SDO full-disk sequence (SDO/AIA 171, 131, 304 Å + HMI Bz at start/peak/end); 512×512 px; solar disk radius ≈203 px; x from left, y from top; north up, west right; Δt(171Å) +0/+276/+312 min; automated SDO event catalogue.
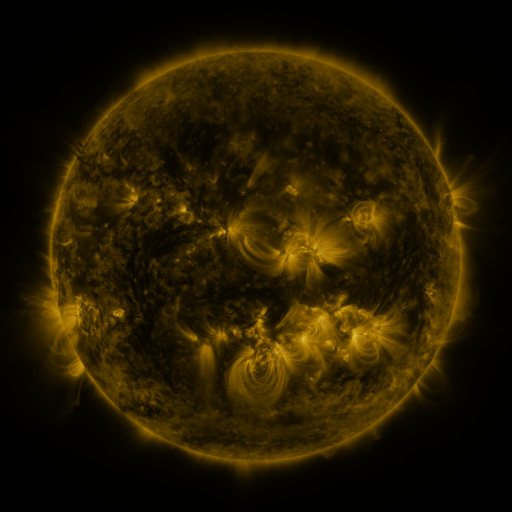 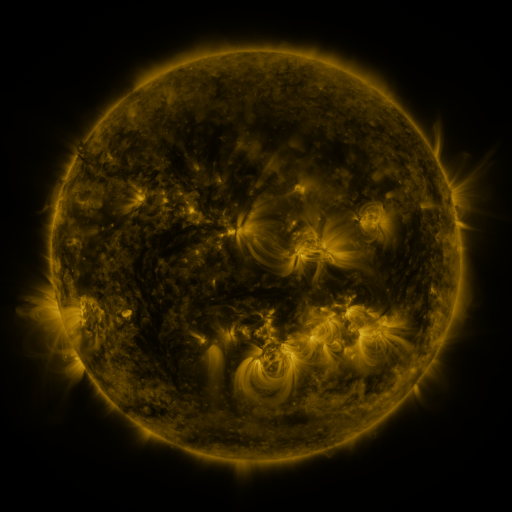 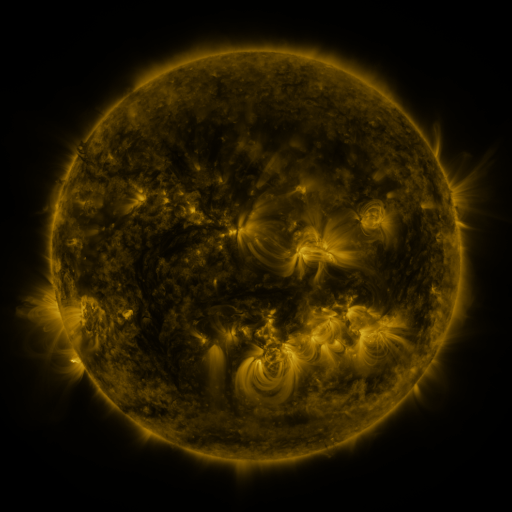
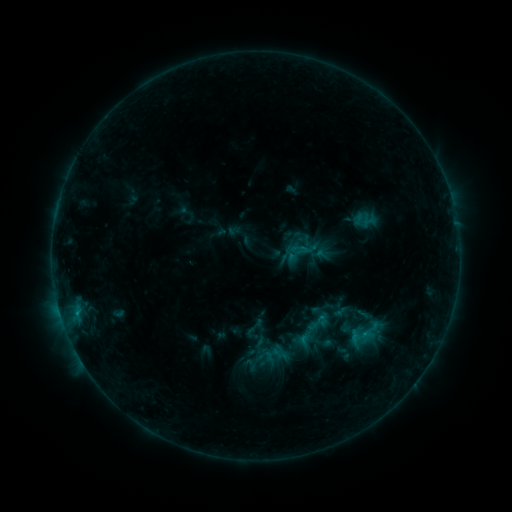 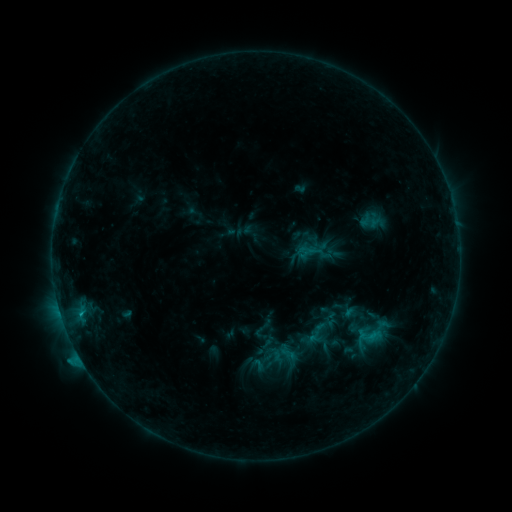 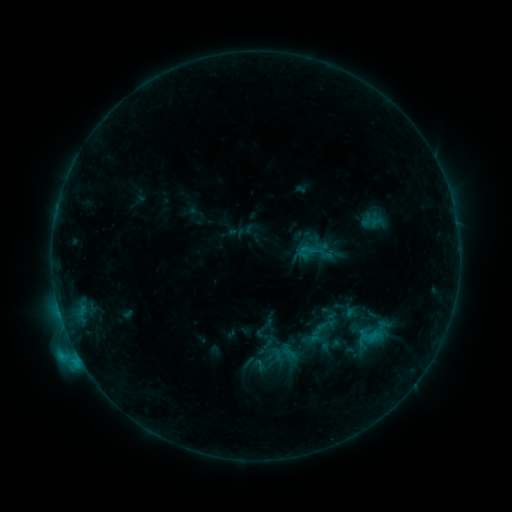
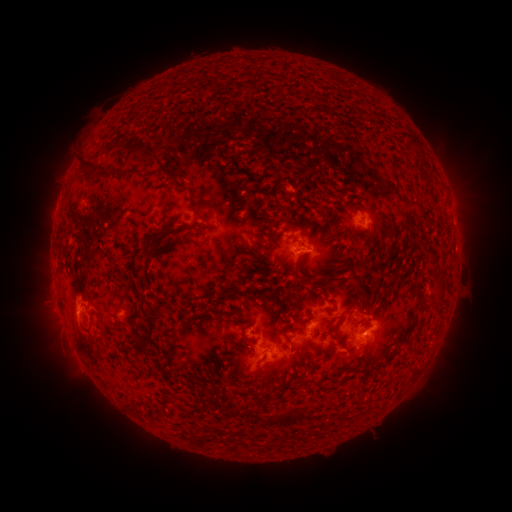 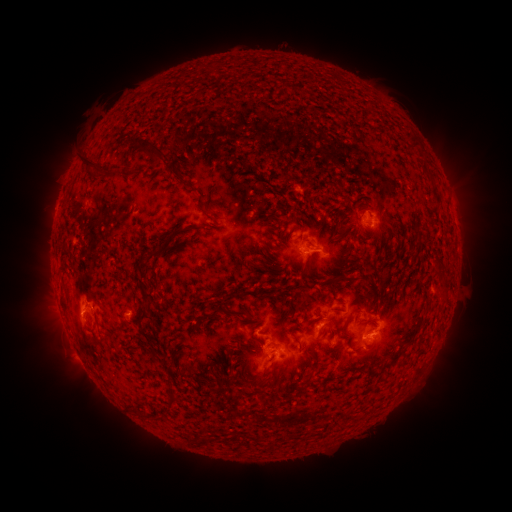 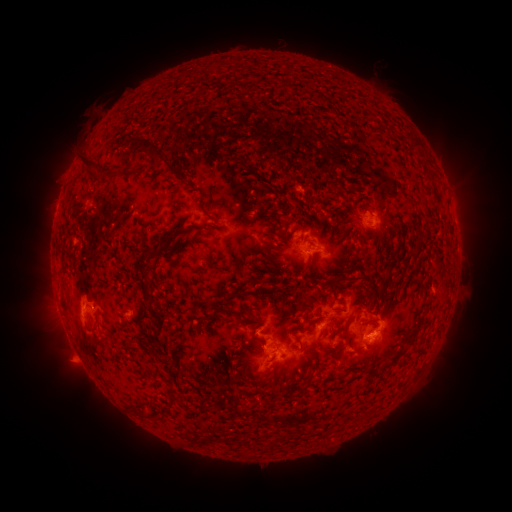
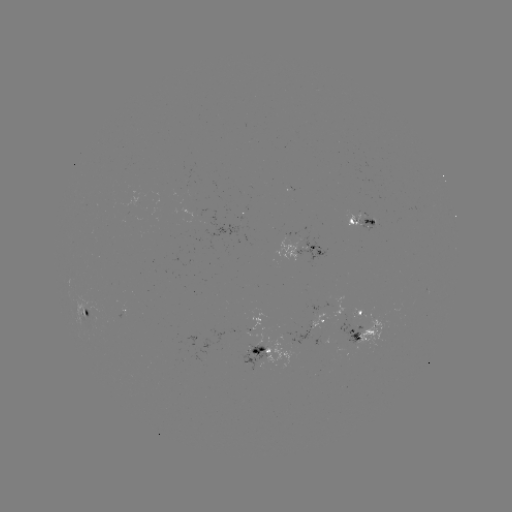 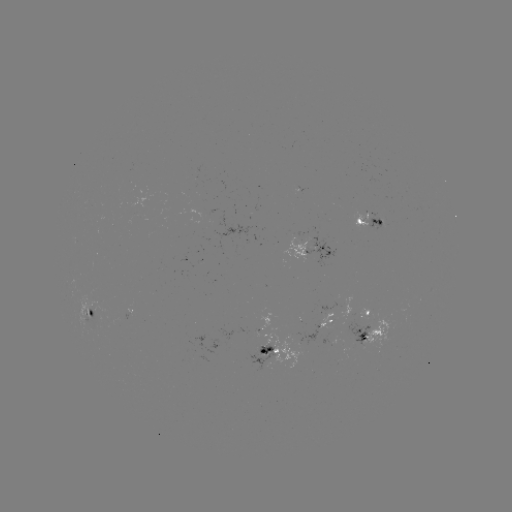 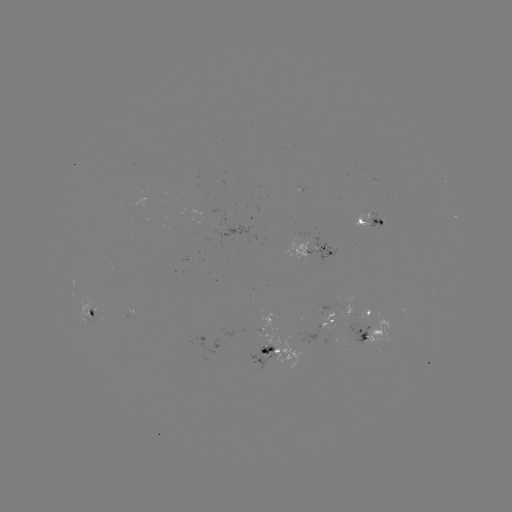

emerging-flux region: [84, 303, 109, 326]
